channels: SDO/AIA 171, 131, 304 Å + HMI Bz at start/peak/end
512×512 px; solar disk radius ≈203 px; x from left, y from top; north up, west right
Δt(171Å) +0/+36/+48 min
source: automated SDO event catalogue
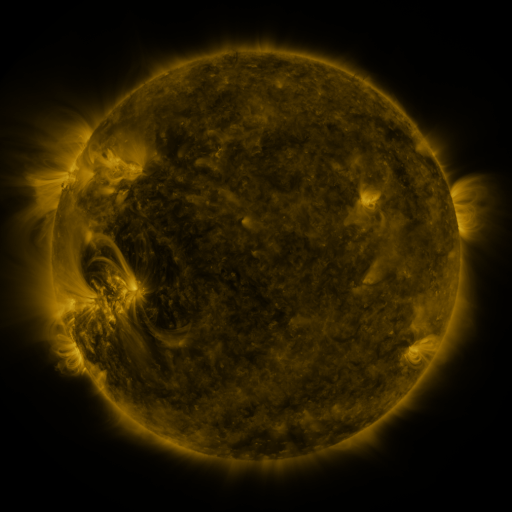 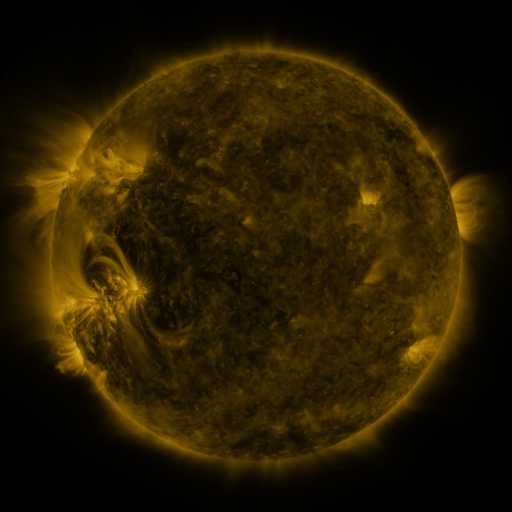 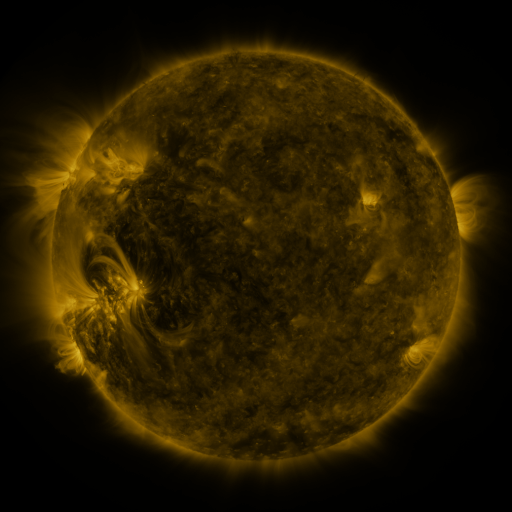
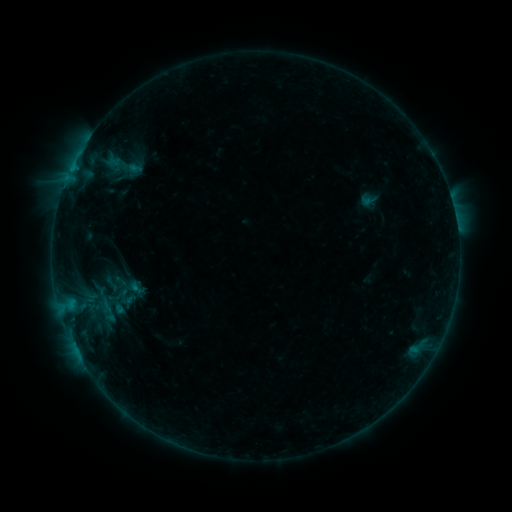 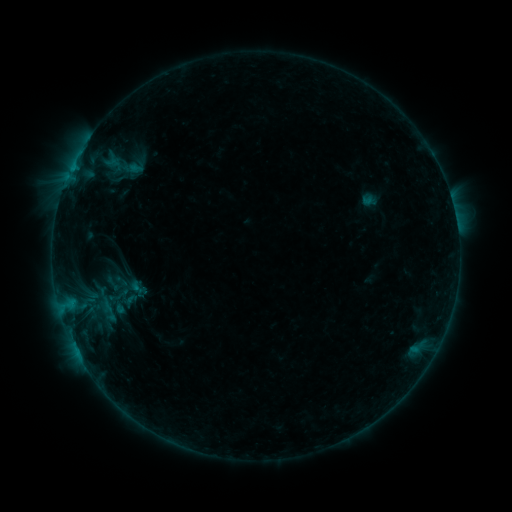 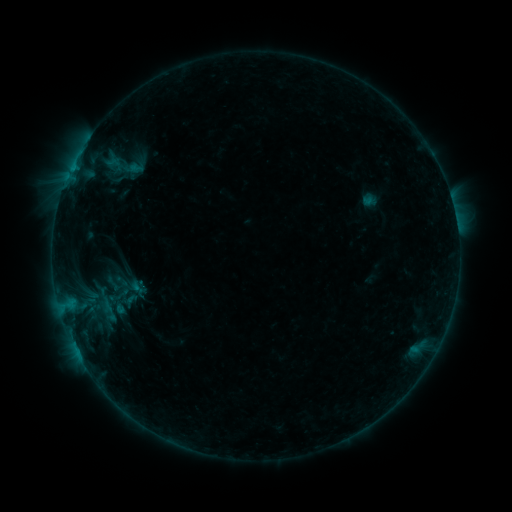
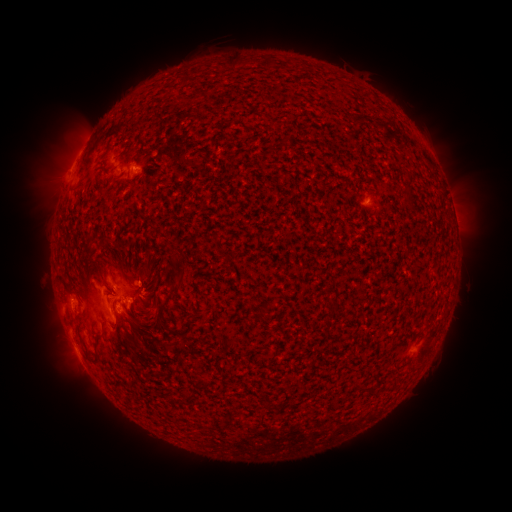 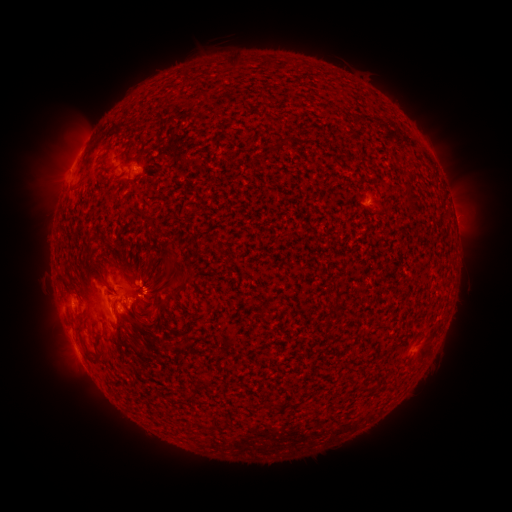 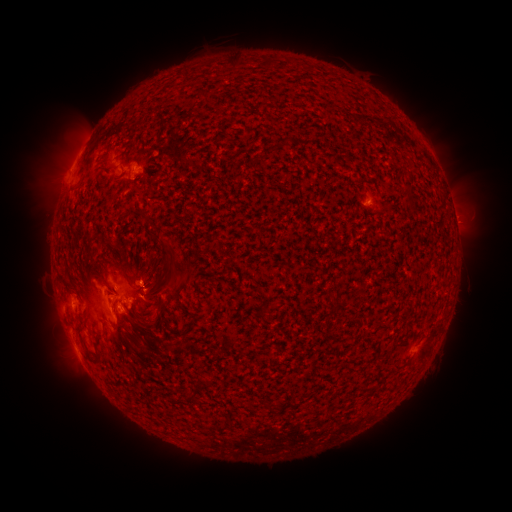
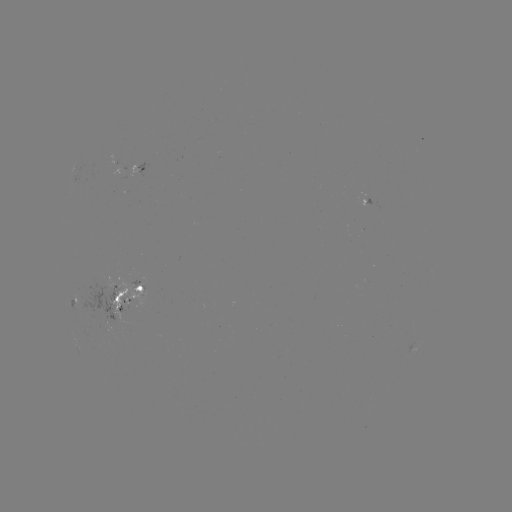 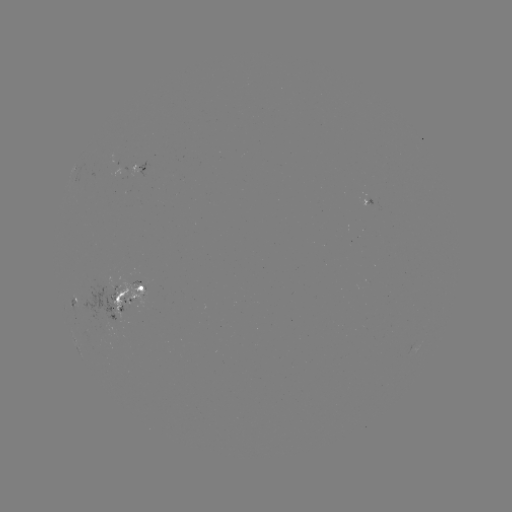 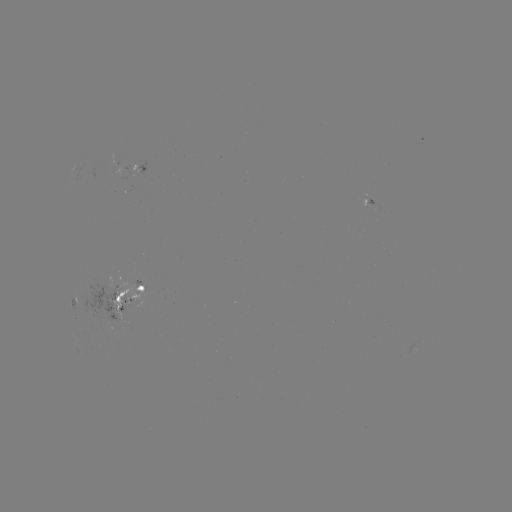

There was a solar emerging-flux region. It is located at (114, 295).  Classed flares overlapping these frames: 1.